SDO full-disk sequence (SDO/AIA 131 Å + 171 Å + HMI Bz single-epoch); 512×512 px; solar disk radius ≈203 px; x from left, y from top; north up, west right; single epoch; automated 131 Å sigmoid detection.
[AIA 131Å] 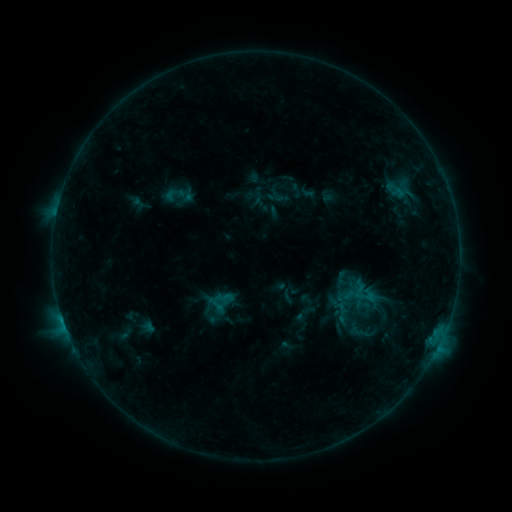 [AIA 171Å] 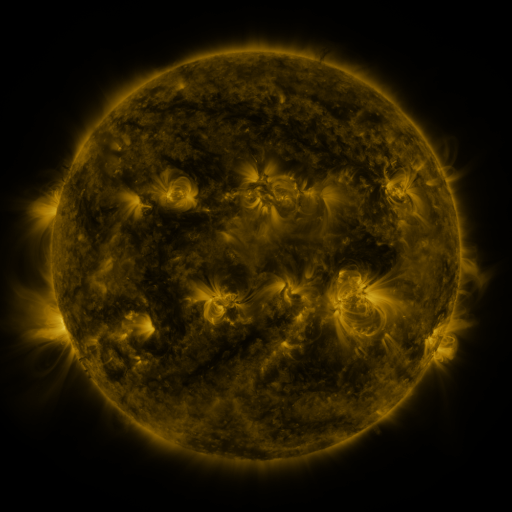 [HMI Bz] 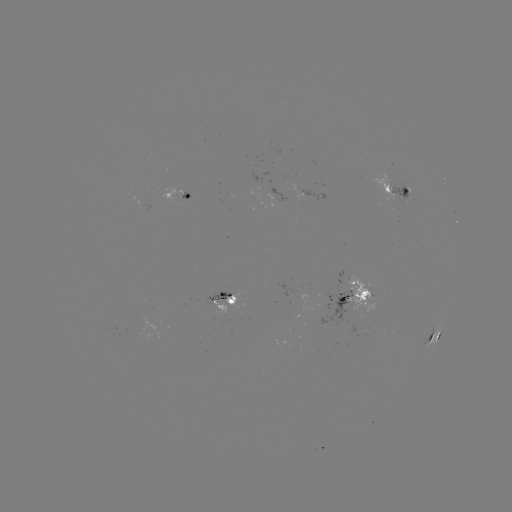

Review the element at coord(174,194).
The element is sigmoid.